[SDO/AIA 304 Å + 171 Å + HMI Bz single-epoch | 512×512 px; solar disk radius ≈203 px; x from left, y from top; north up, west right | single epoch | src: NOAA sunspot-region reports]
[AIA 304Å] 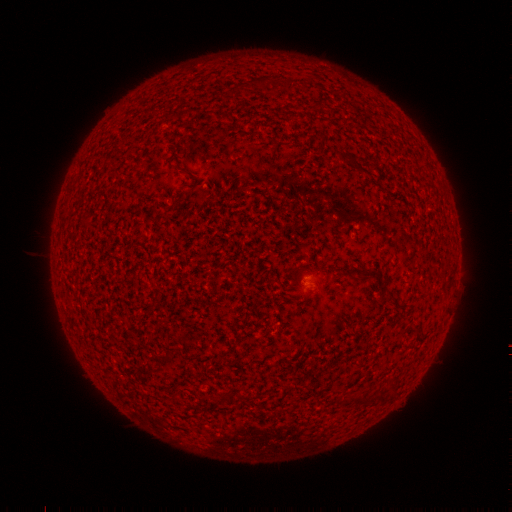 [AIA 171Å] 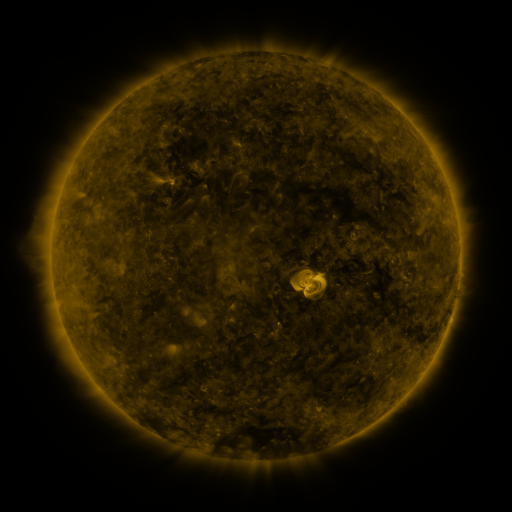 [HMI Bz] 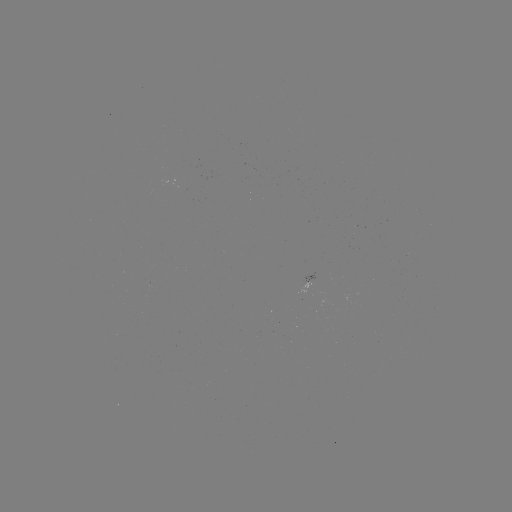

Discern spotted active region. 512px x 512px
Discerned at [307, 281].